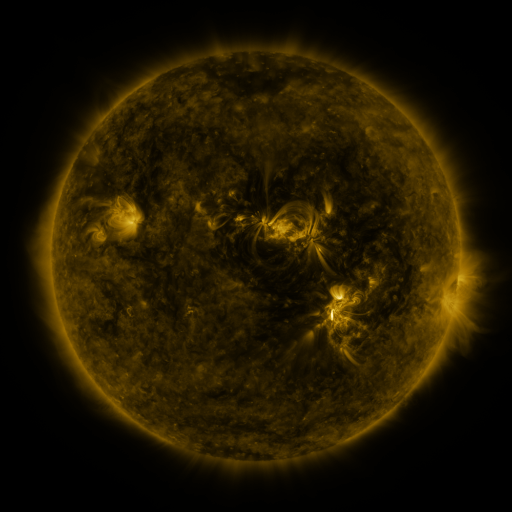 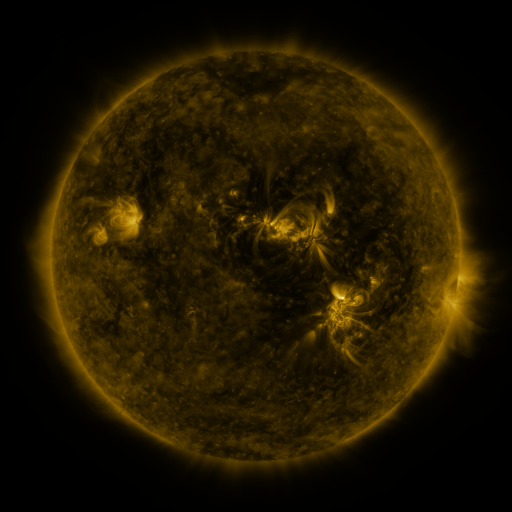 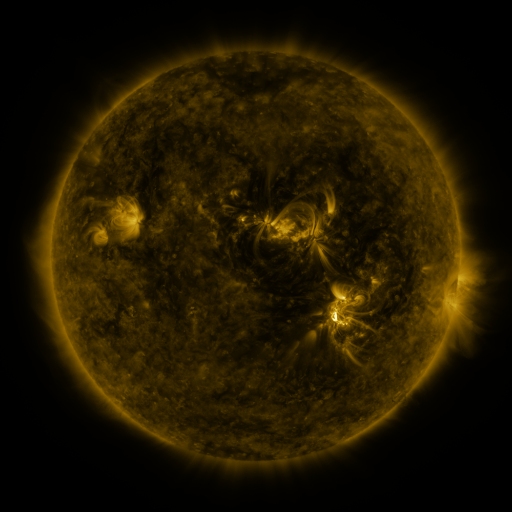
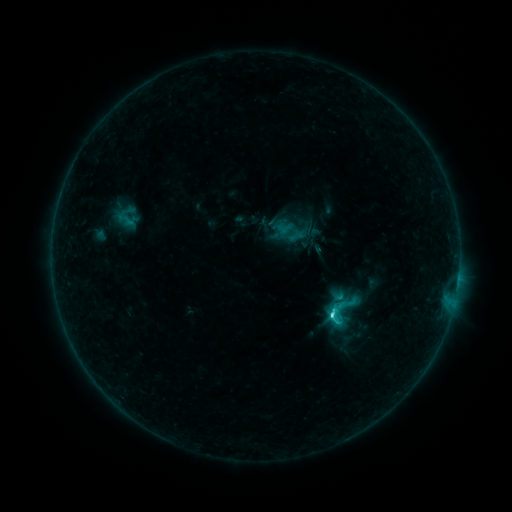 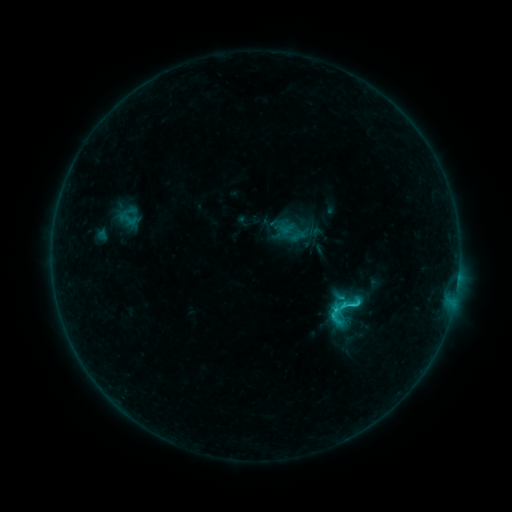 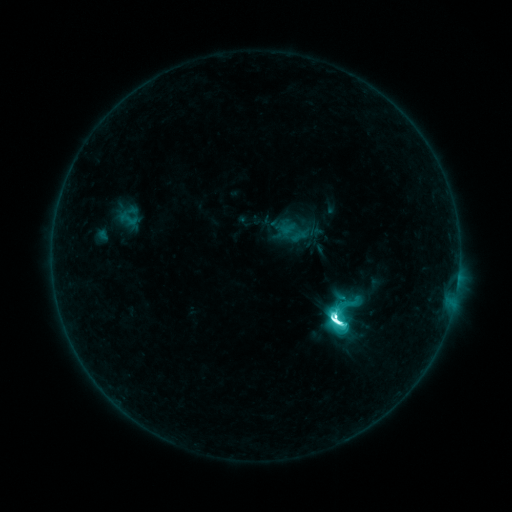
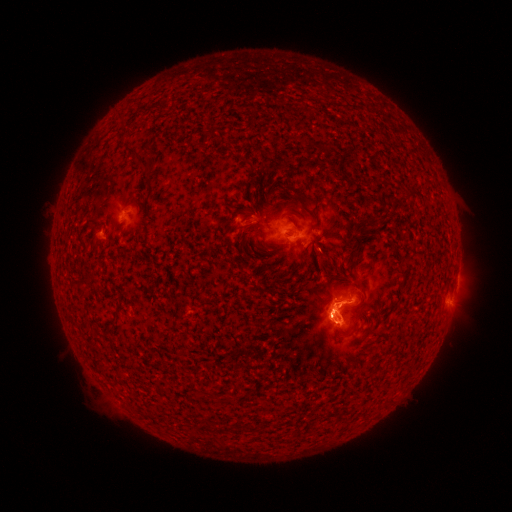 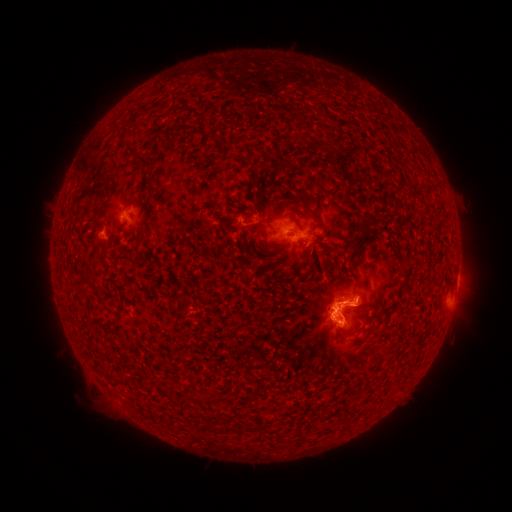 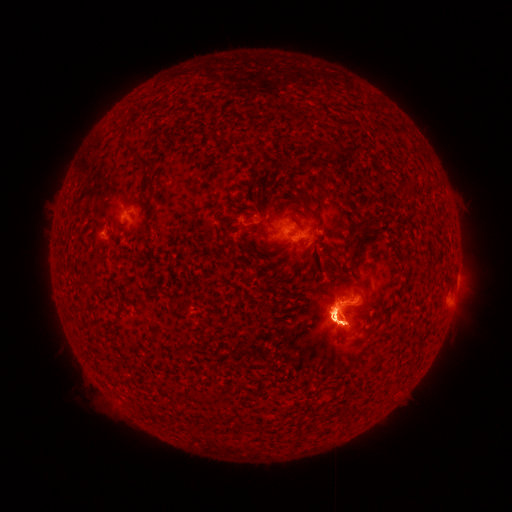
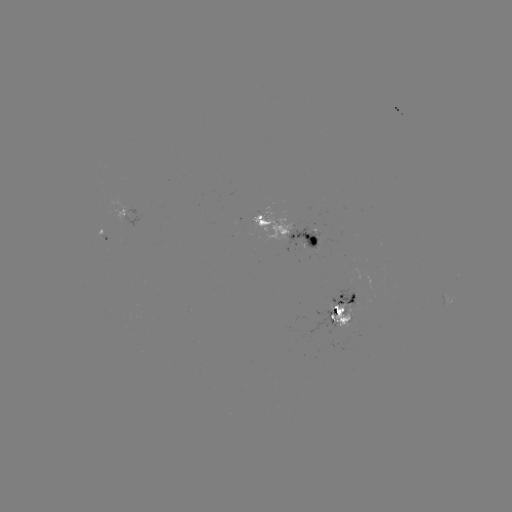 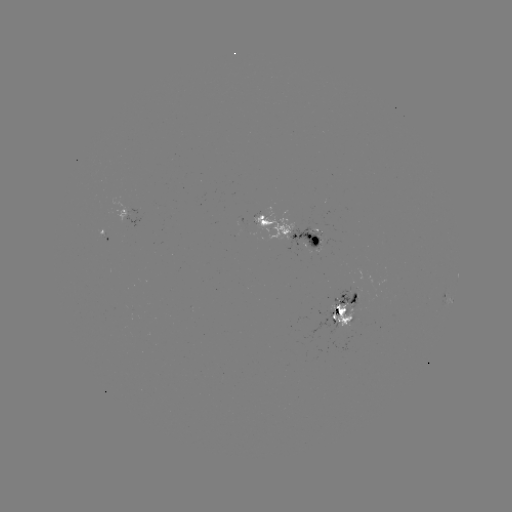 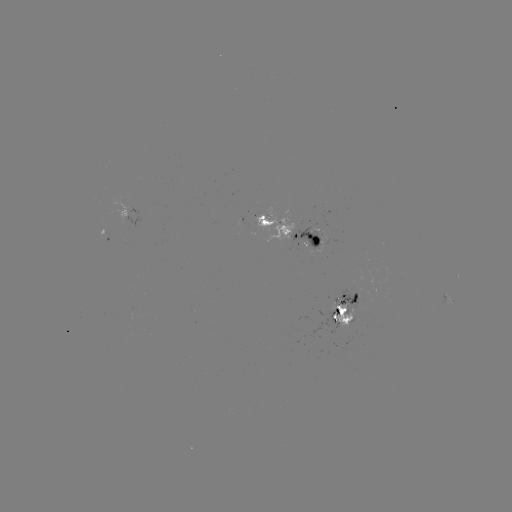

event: emerging-flux region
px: (356, 285)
